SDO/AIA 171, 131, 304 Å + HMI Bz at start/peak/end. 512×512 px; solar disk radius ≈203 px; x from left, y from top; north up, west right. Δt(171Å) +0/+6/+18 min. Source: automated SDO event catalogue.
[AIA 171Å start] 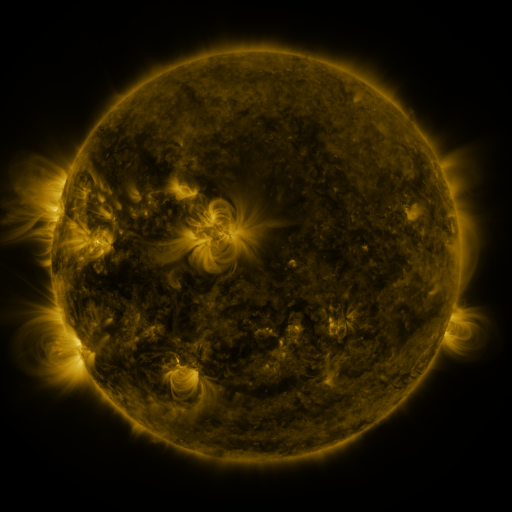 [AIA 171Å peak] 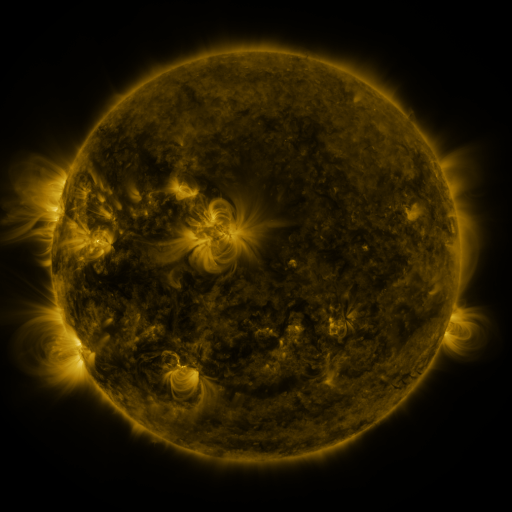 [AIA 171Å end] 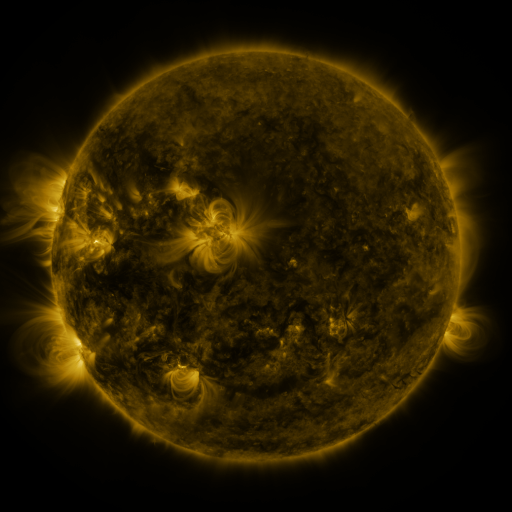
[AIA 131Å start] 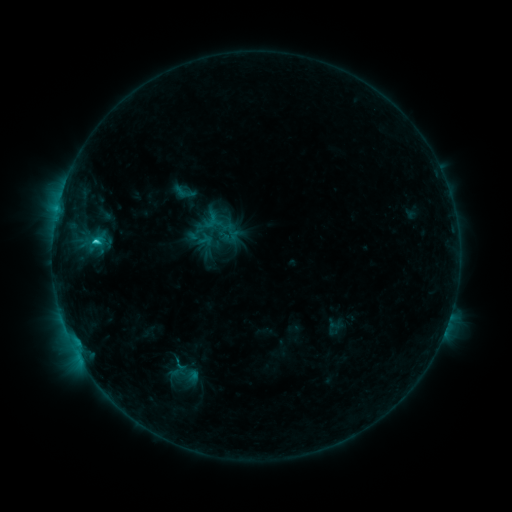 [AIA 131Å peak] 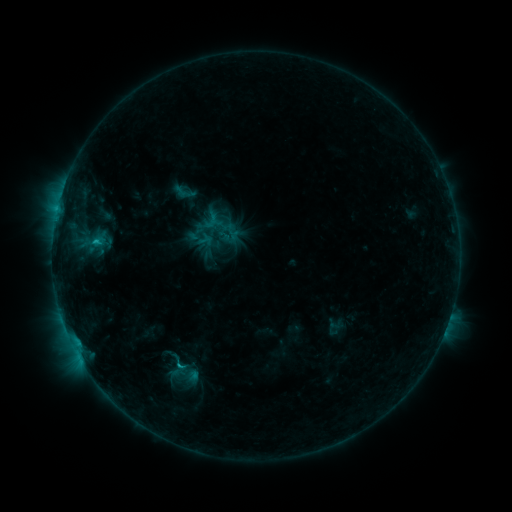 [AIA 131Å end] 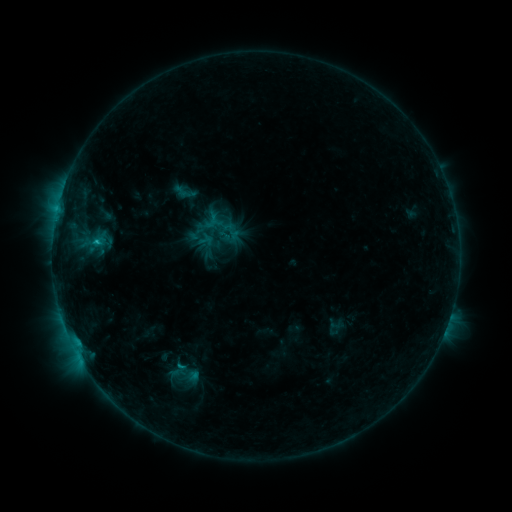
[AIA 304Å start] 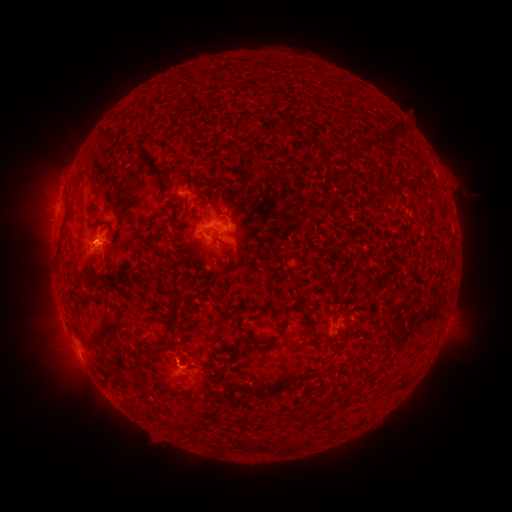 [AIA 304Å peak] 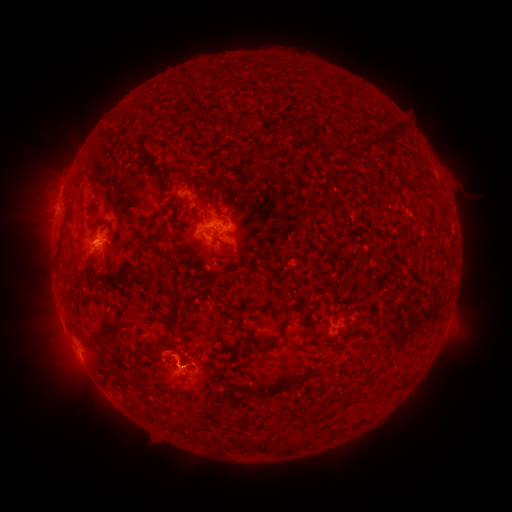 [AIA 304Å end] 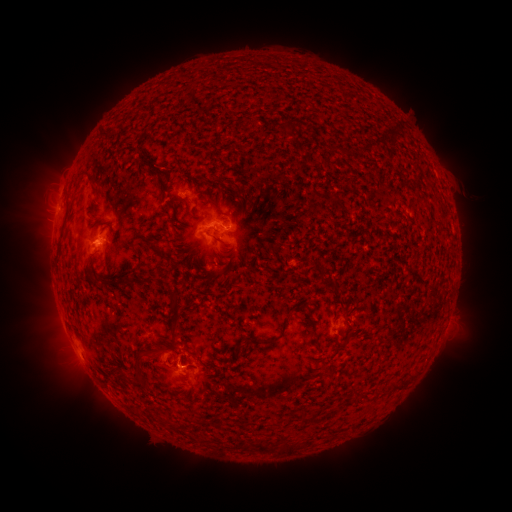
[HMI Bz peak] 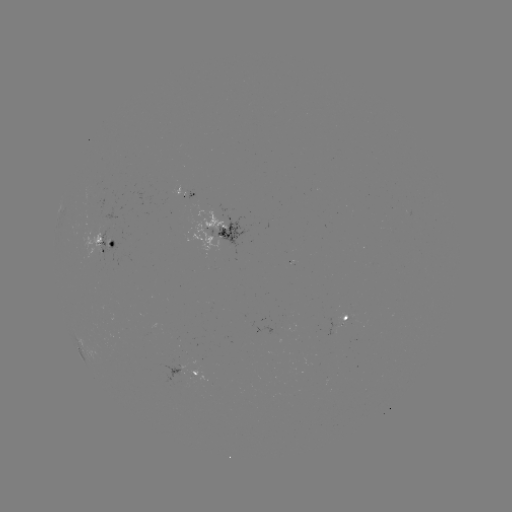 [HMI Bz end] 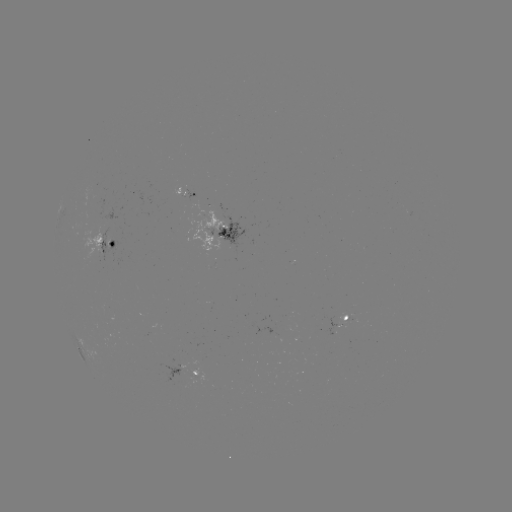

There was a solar eruption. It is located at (163, 352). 